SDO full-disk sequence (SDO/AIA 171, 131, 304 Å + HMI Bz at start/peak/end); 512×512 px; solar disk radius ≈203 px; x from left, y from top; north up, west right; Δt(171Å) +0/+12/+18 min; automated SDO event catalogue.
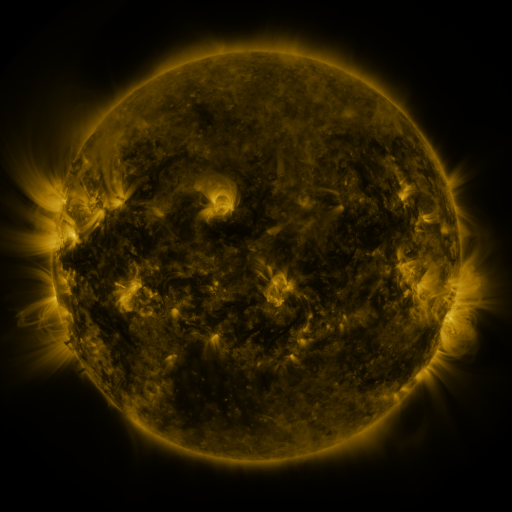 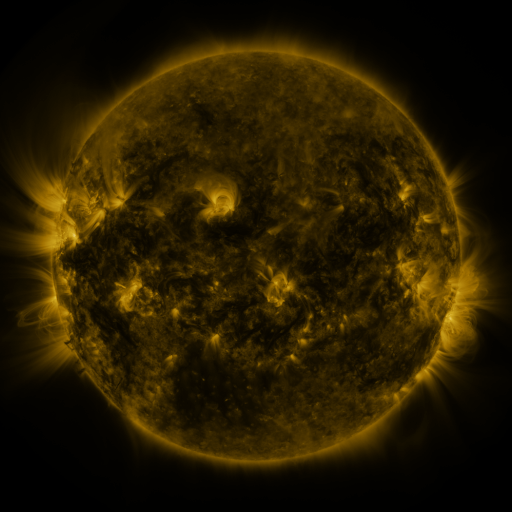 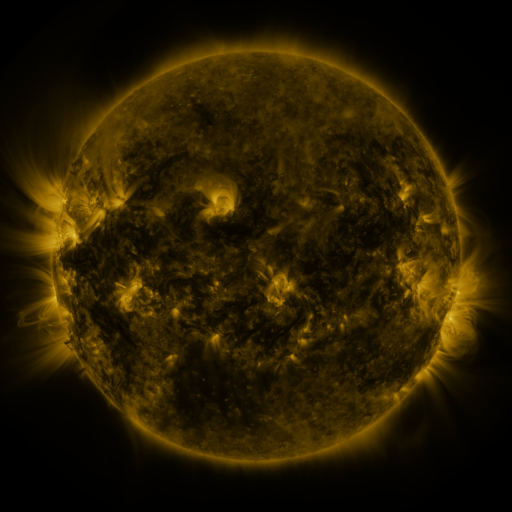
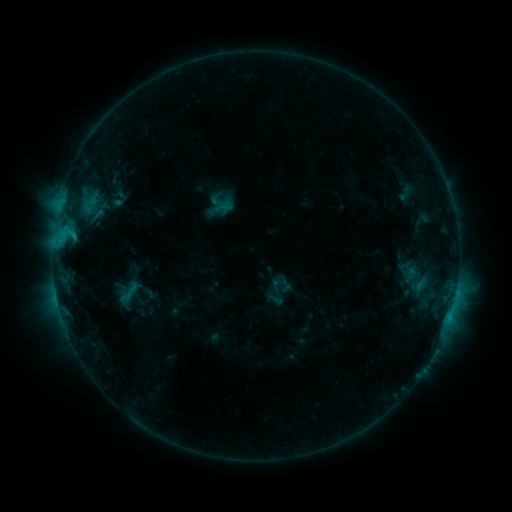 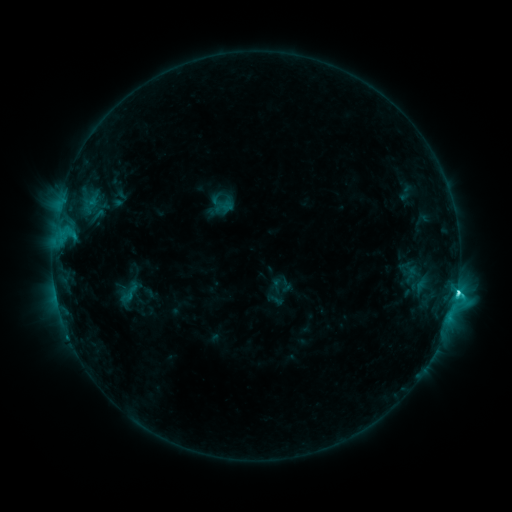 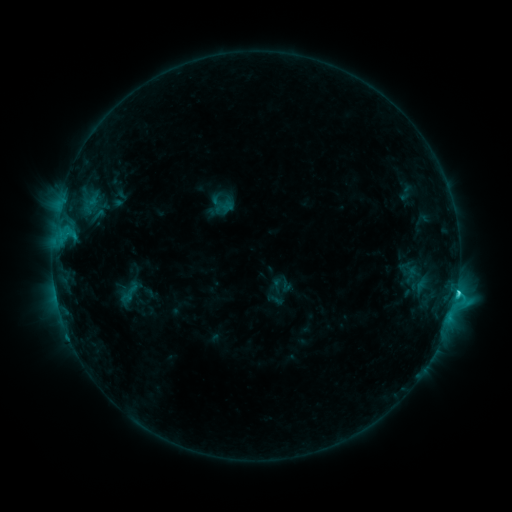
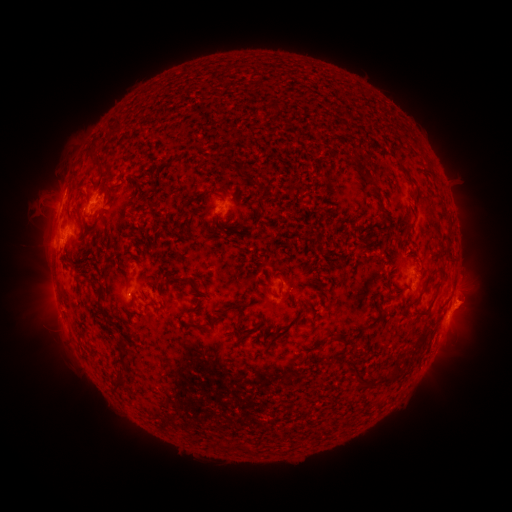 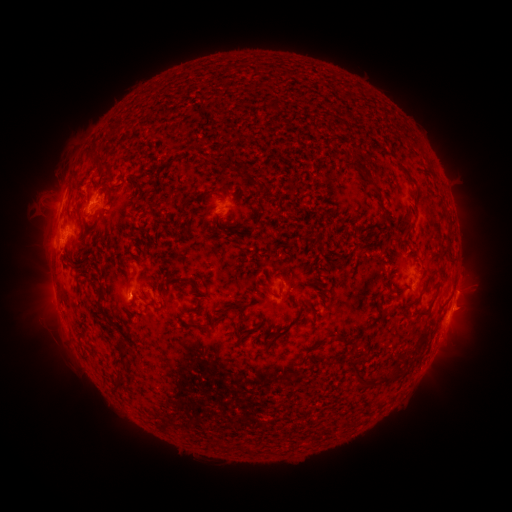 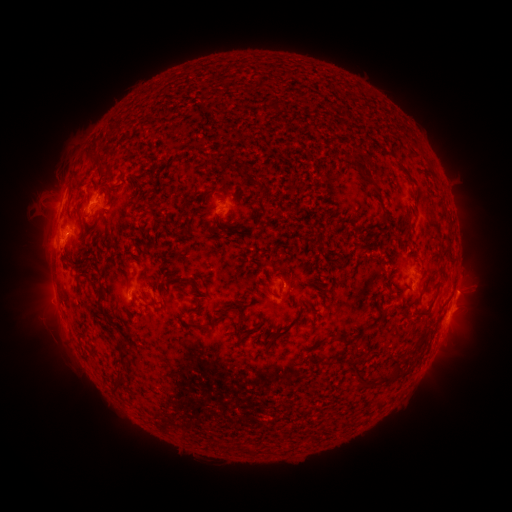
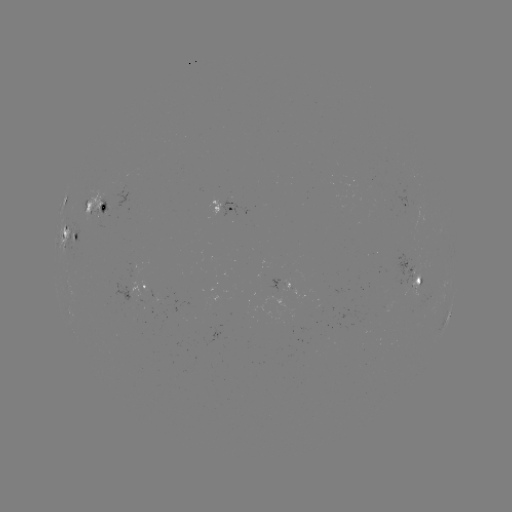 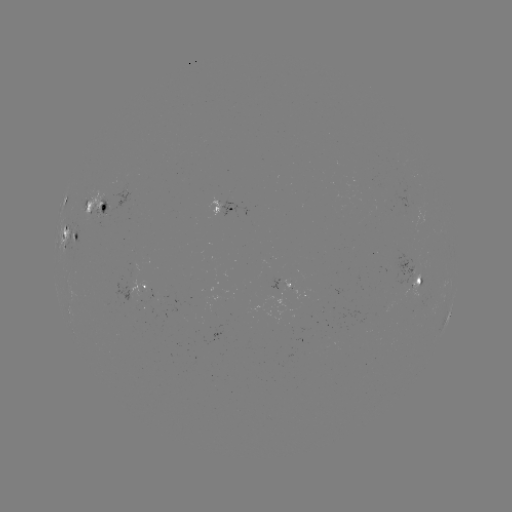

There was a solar flare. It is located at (456, 290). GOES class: C3.6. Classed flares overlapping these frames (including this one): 1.